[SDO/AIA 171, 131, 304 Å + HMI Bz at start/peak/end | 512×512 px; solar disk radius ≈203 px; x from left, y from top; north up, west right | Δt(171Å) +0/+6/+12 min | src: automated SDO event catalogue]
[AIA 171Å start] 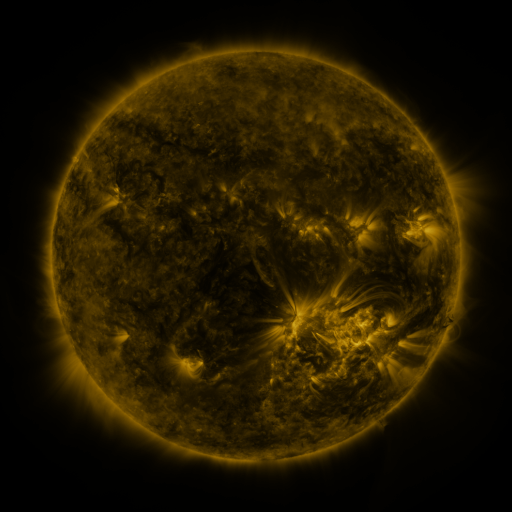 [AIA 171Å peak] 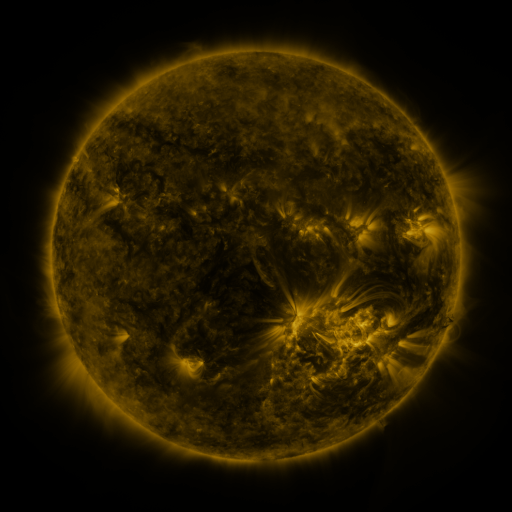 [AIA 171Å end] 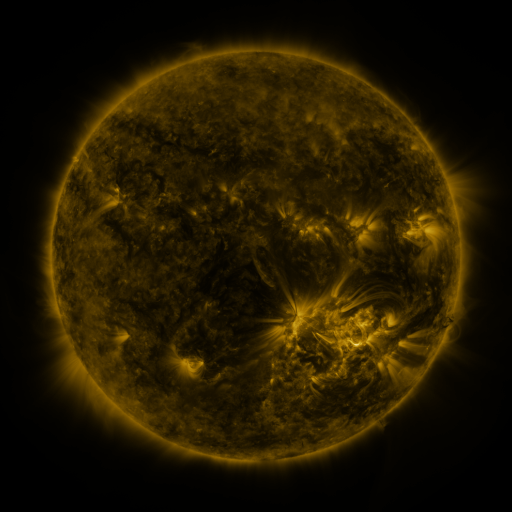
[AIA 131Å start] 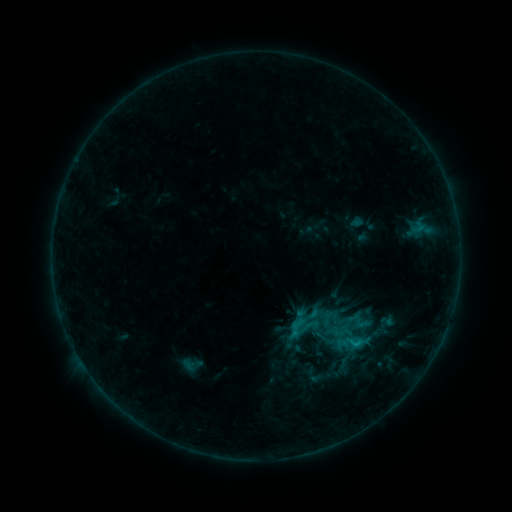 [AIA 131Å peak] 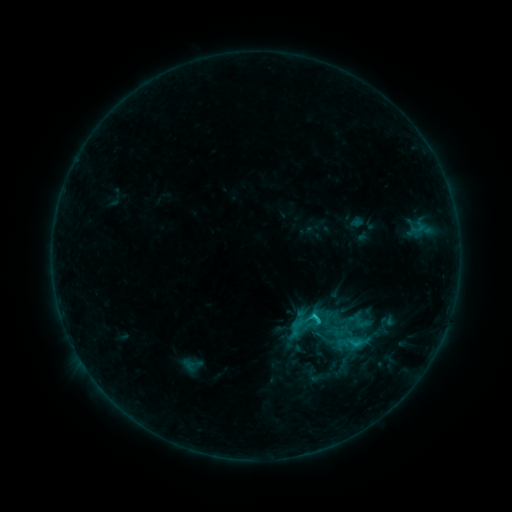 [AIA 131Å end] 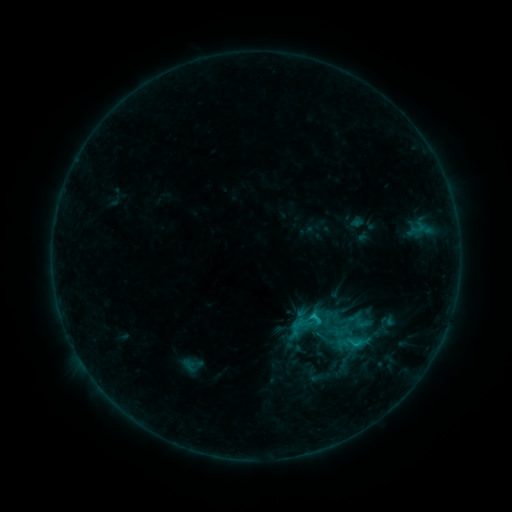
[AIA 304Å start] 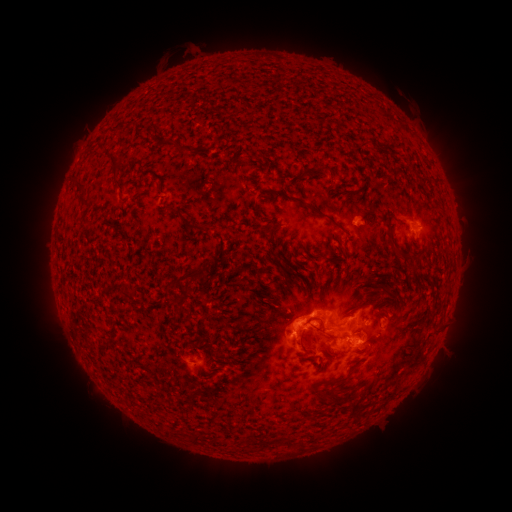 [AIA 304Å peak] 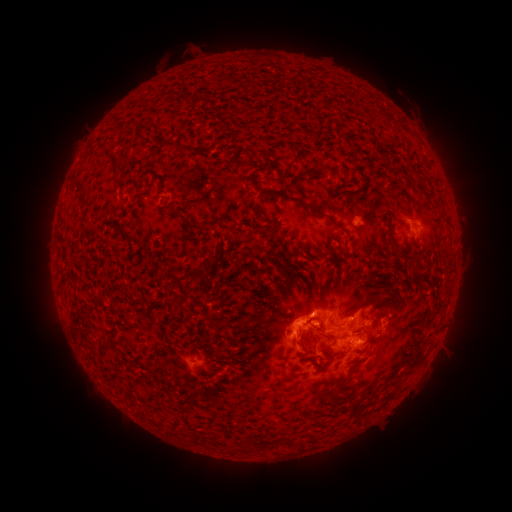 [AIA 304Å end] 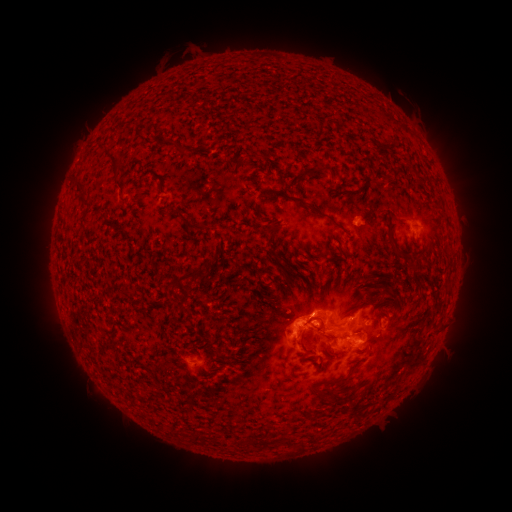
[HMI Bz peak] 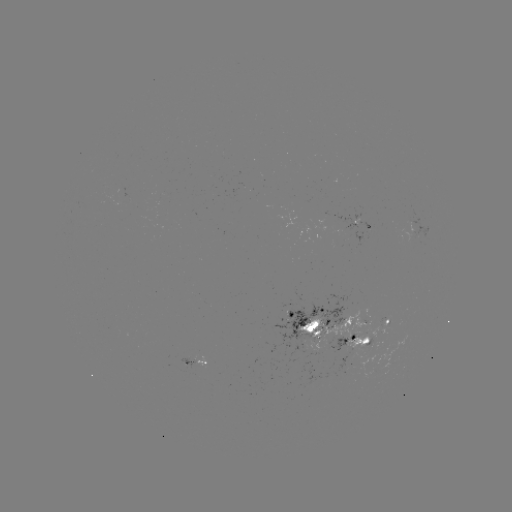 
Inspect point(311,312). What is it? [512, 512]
C1.3 flare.